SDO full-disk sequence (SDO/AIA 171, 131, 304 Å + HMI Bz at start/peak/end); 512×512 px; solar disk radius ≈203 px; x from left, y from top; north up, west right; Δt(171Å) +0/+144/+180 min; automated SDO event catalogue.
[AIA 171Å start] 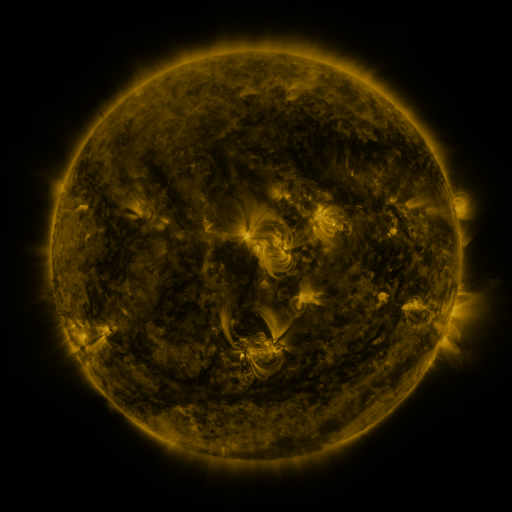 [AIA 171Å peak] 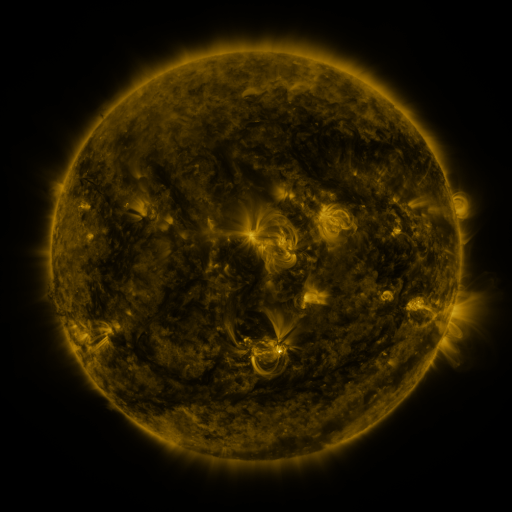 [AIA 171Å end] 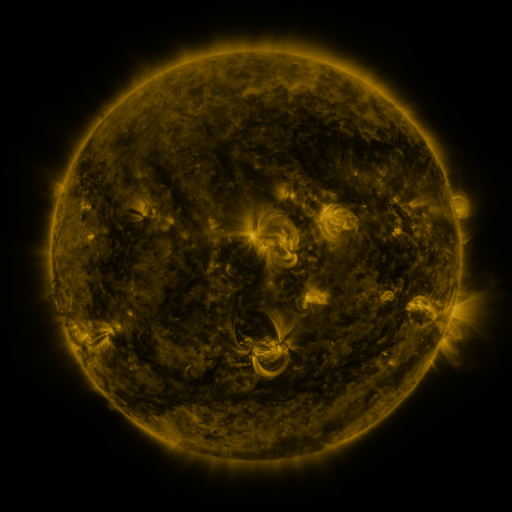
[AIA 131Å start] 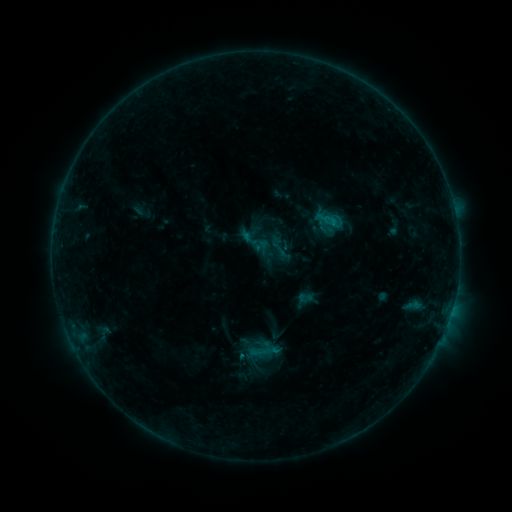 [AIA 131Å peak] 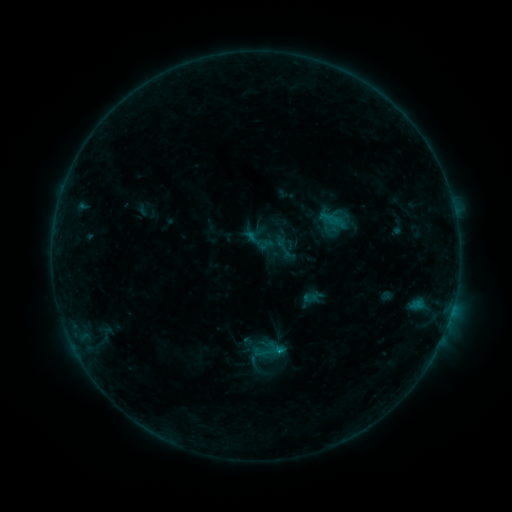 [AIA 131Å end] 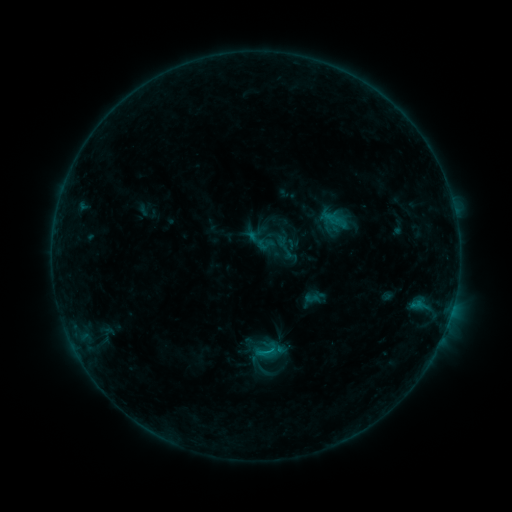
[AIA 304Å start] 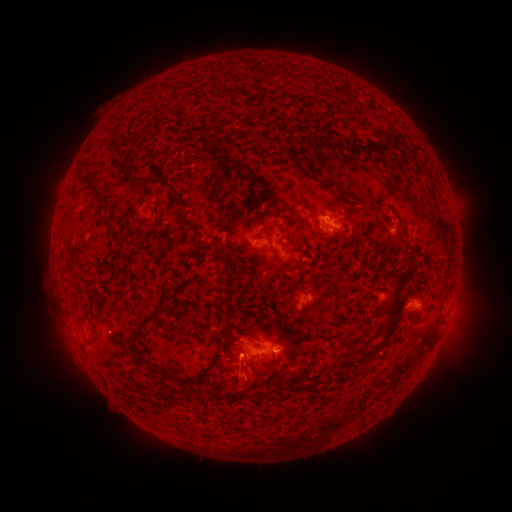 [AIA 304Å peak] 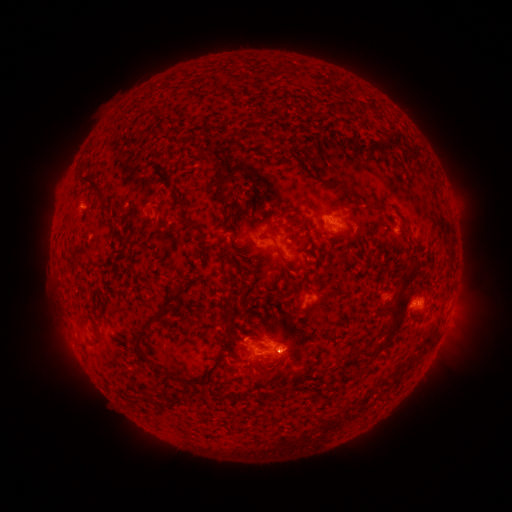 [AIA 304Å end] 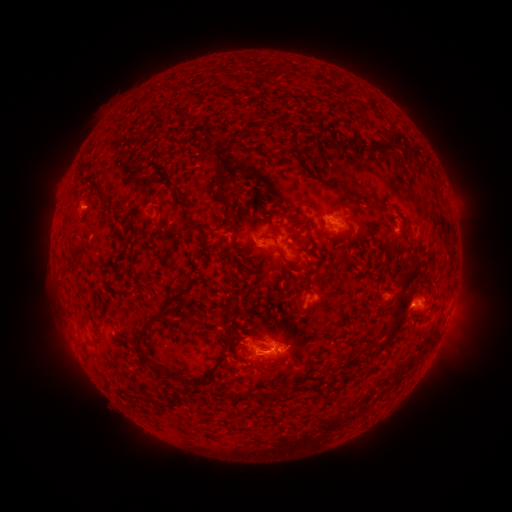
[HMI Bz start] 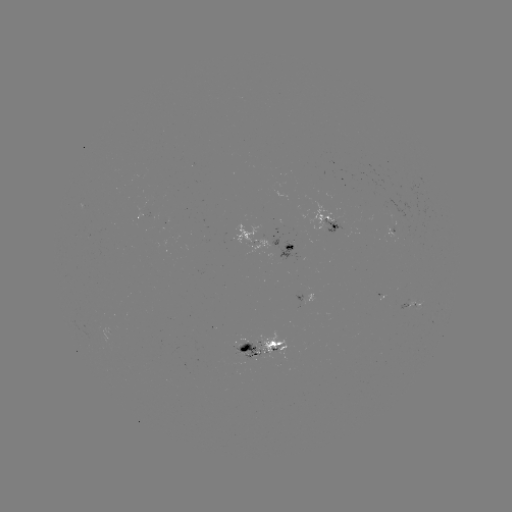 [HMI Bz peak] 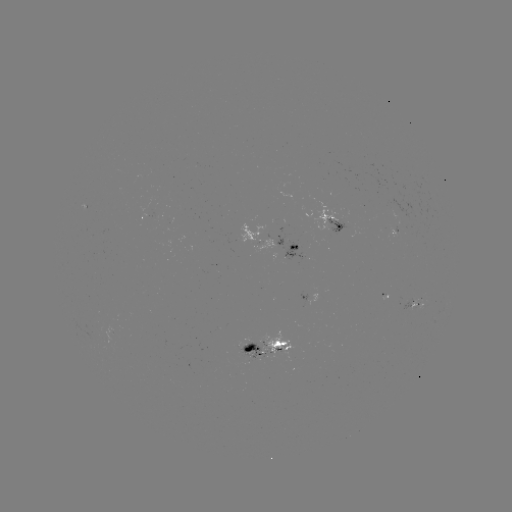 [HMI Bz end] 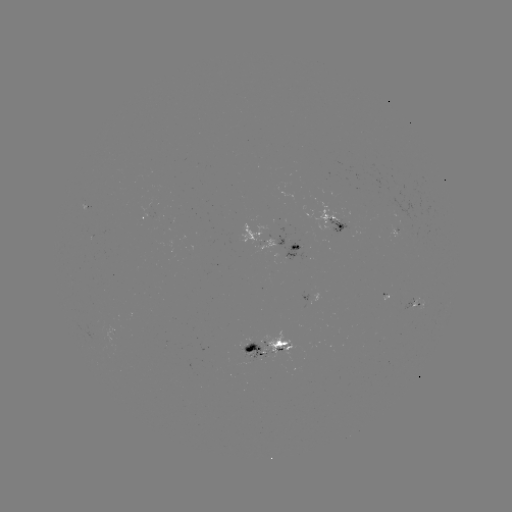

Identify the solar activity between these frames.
emerging-flux region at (309, 298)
